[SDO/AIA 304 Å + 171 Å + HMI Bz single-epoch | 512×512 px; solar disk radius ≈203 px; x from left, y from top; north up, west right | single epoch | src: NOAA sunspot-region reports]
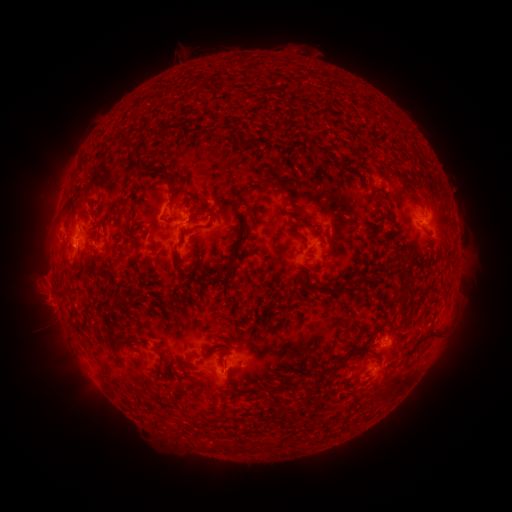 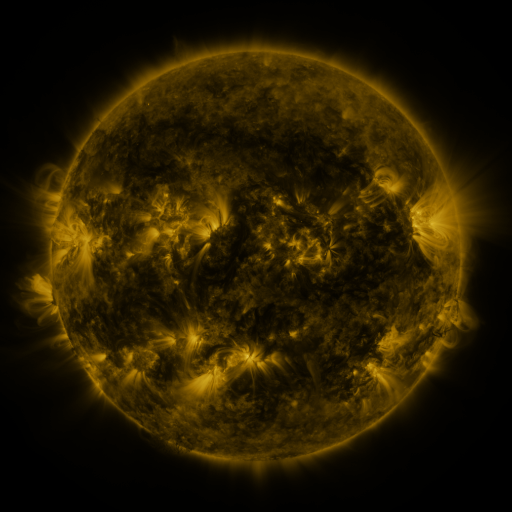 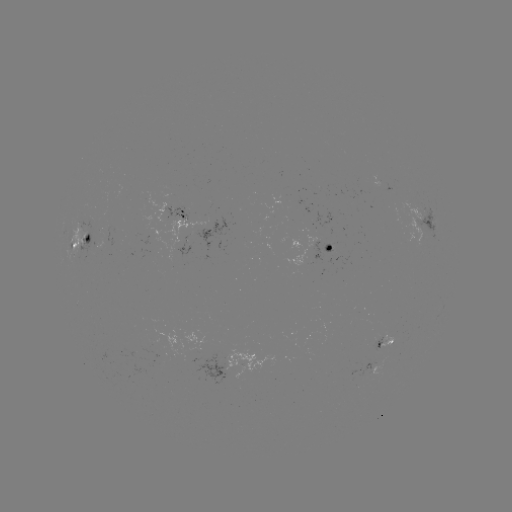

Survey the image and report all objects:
spotted active region: (182, 213)
spotted active region: (426, 223)
spotted active region: (81, 237)
spotted active region: (331, 245)
spotted active region: (454, 297)
spotted active region: (385, 341)
spotted active region: (221, 365)
spotted active region: (374, 369)
